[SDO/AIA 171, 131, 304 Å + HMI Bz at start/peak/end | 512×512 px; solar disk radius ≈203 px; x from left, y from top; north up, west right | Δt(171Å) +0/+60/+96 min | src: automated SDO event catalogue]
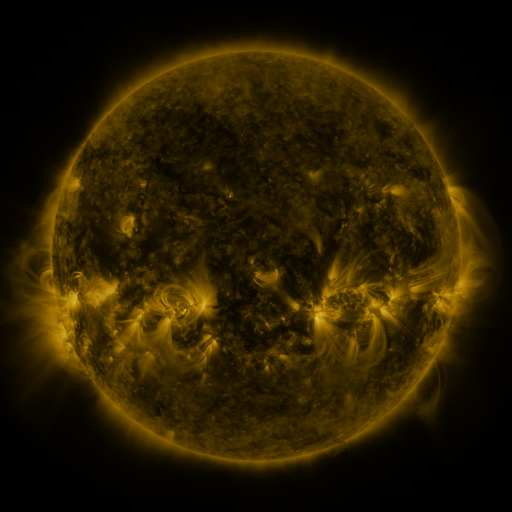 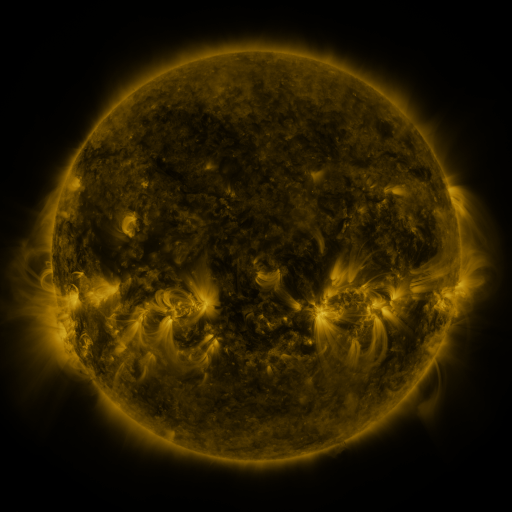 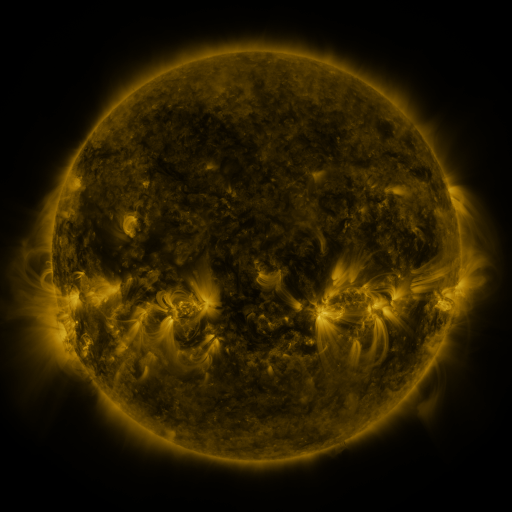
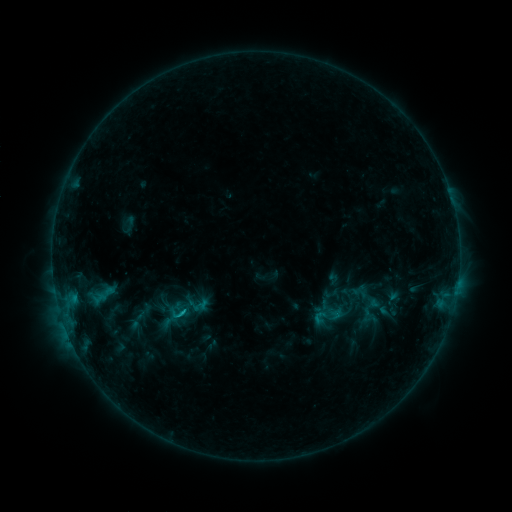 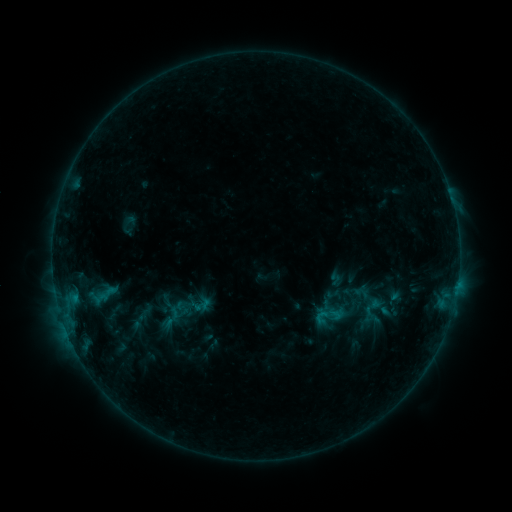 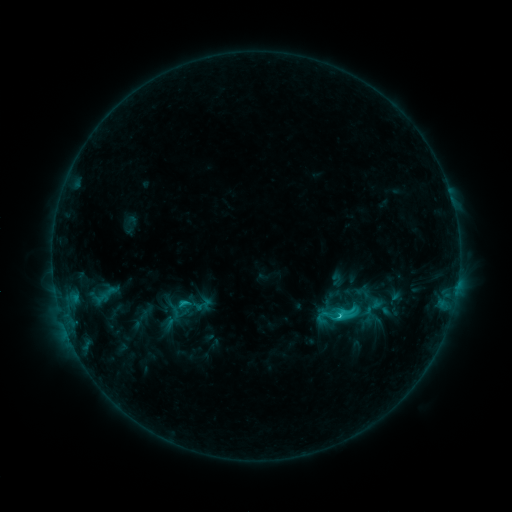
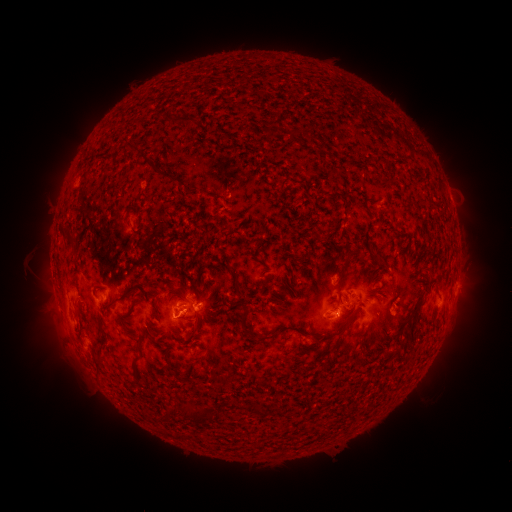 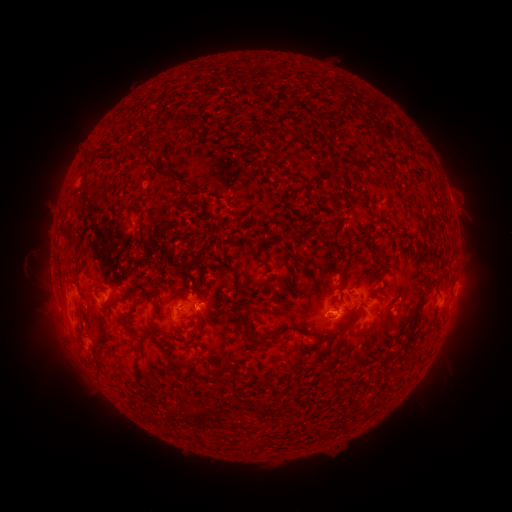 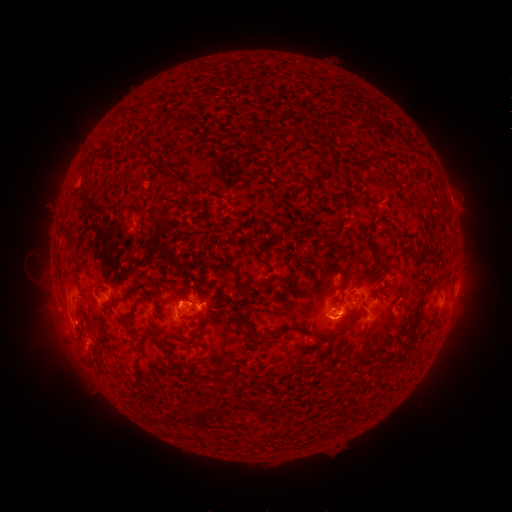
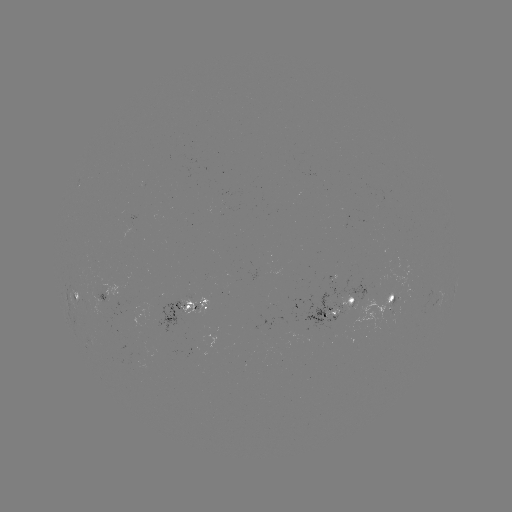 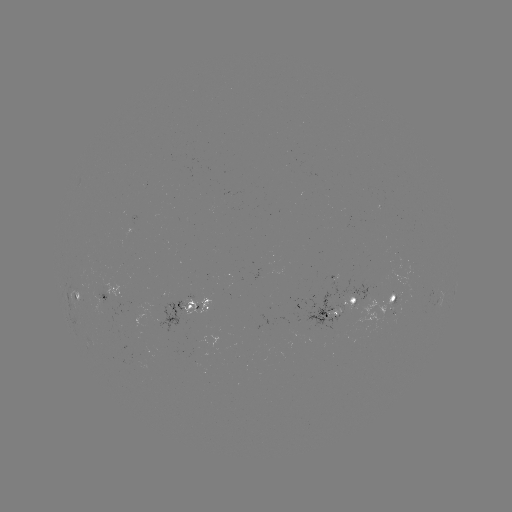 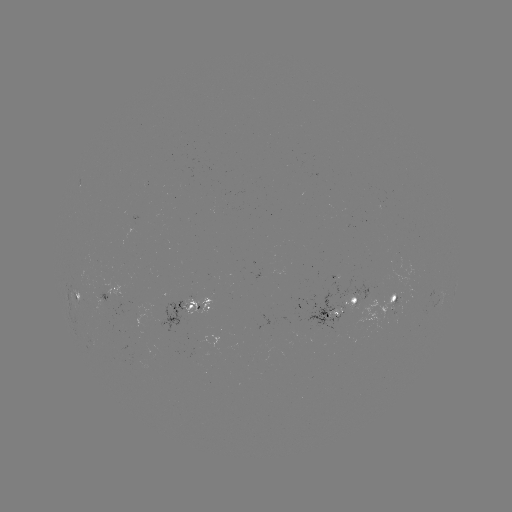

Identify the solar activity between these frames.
emerging-flux region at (190, 309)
